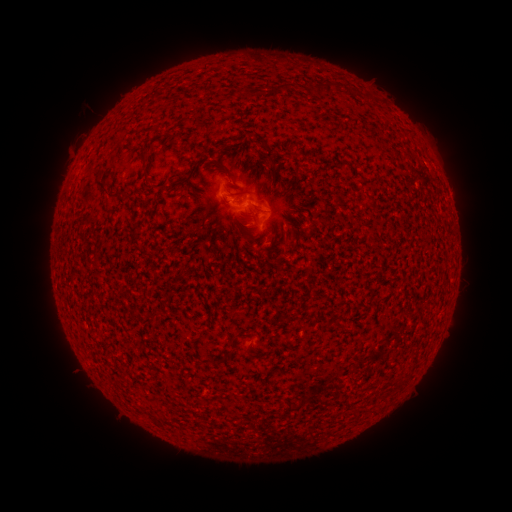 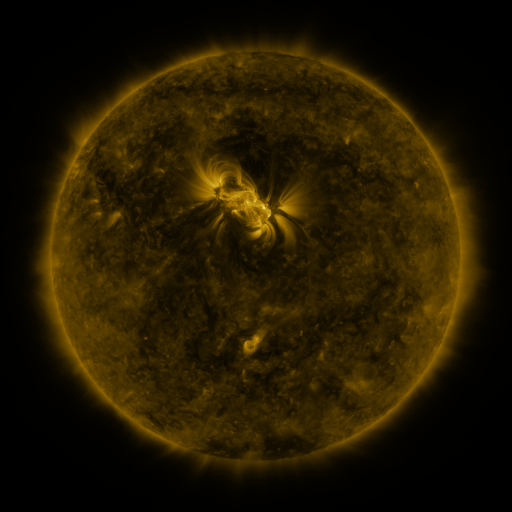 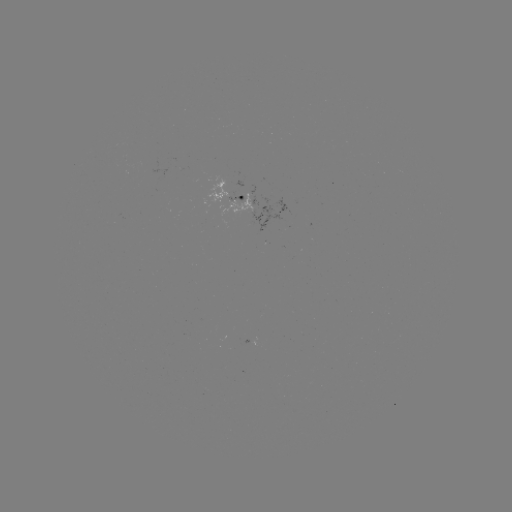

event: spotted active region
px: (229, 200)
